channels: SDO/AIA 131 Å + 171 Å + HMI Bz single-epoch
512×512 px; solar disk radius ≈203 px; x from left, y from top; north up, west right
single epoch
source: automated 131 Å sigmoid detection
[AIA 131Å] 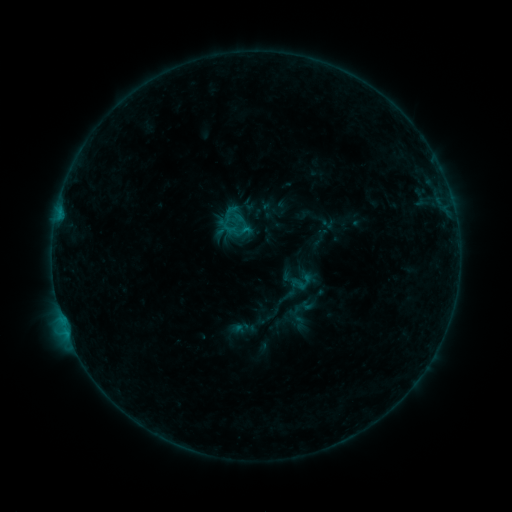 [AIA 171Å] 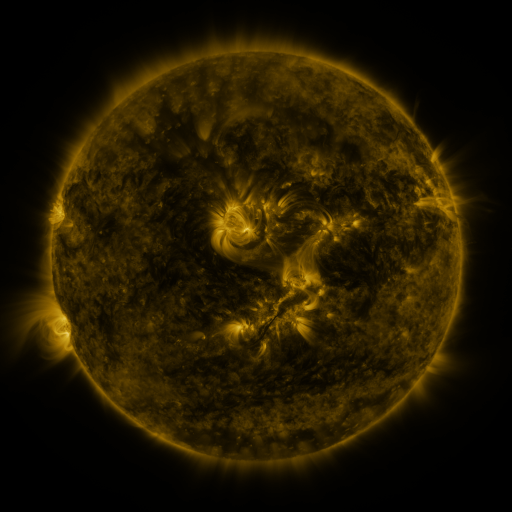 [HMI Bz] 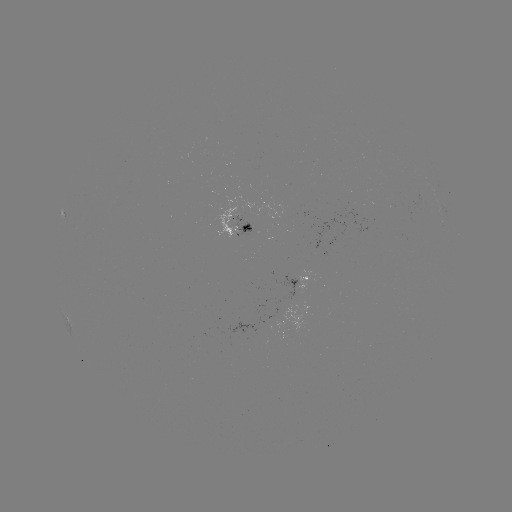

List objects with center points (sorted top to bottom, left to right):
sigmoid: (301, 282)
